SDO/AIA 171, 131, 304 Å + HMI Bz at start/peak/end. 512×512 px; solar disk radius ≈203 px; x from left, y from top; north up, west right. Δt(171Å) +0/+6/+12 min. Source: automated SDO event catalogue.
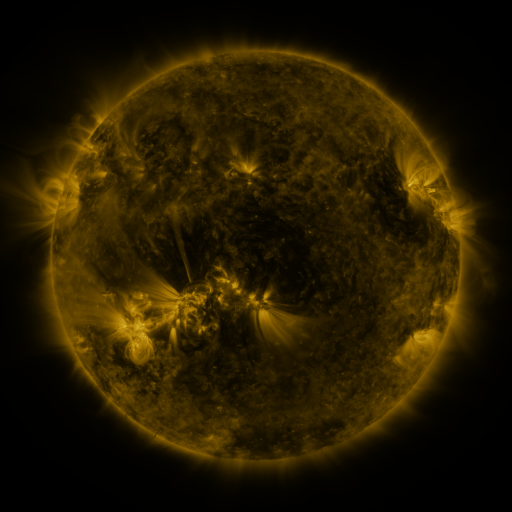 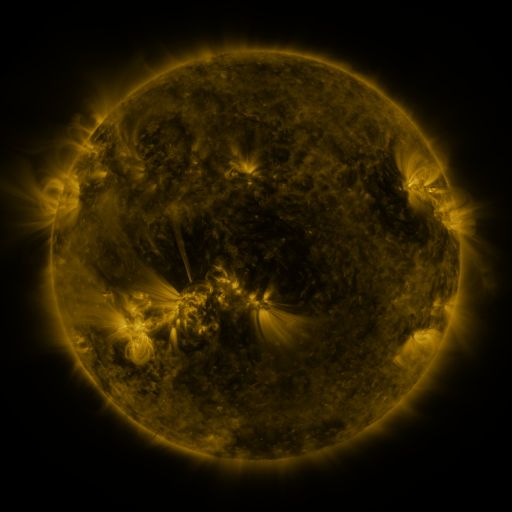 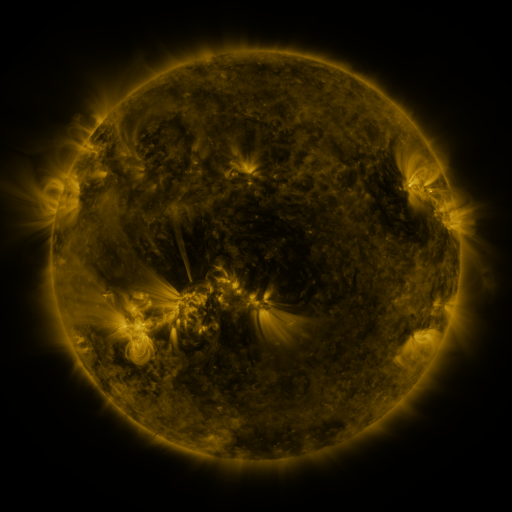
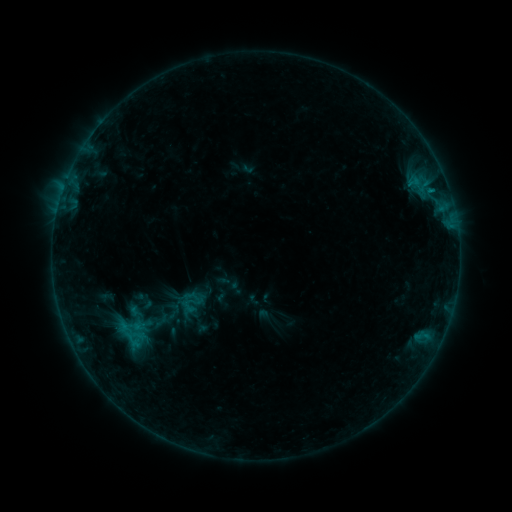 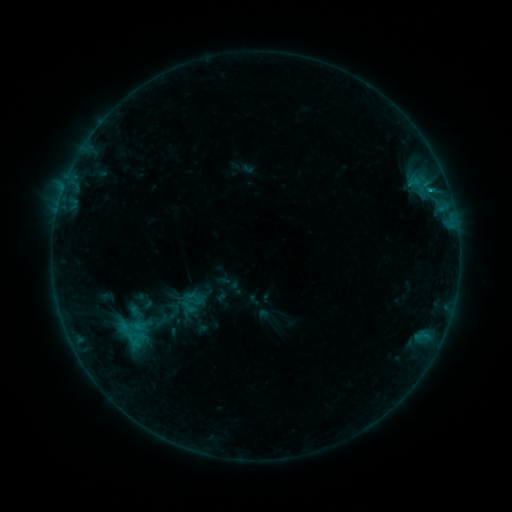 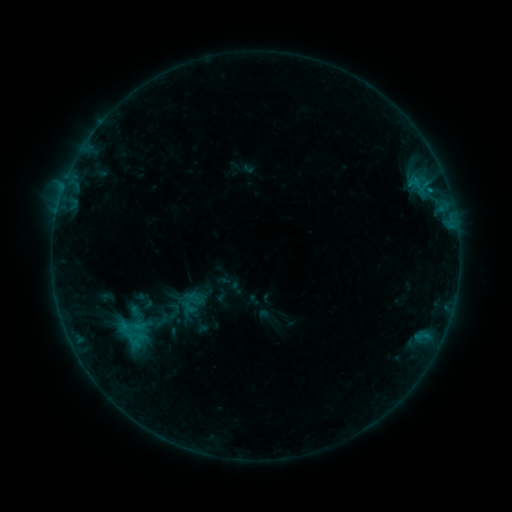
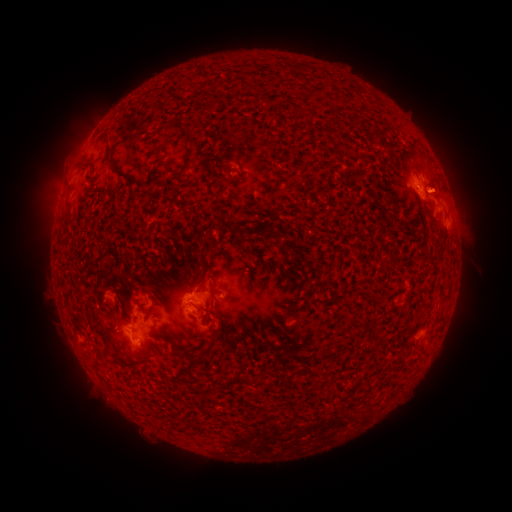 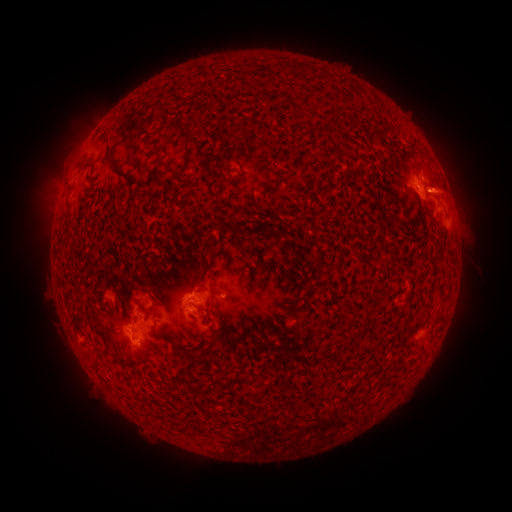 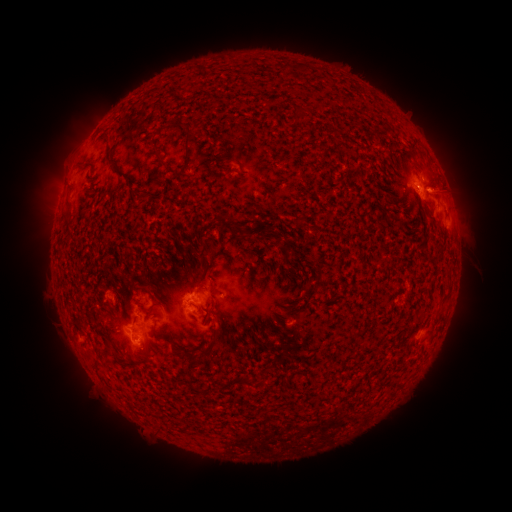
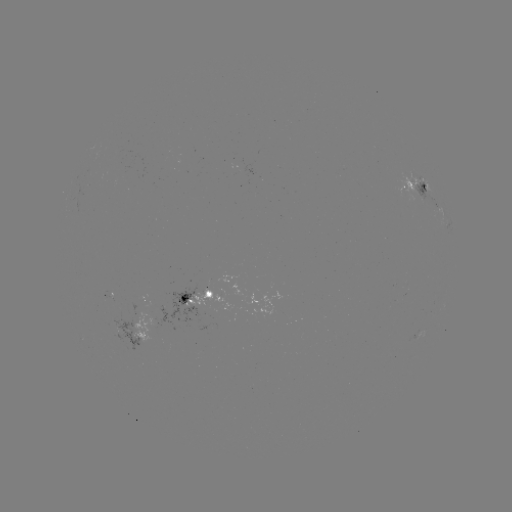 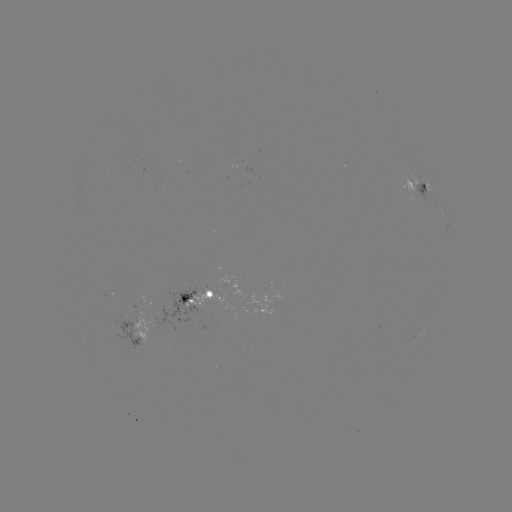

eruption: <bbox>366, 111, 510, 225</bbox>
